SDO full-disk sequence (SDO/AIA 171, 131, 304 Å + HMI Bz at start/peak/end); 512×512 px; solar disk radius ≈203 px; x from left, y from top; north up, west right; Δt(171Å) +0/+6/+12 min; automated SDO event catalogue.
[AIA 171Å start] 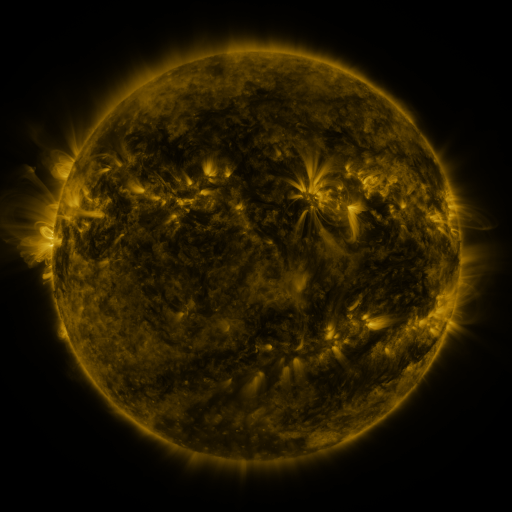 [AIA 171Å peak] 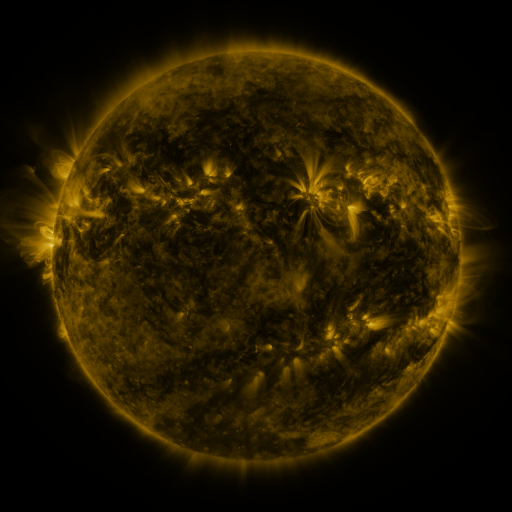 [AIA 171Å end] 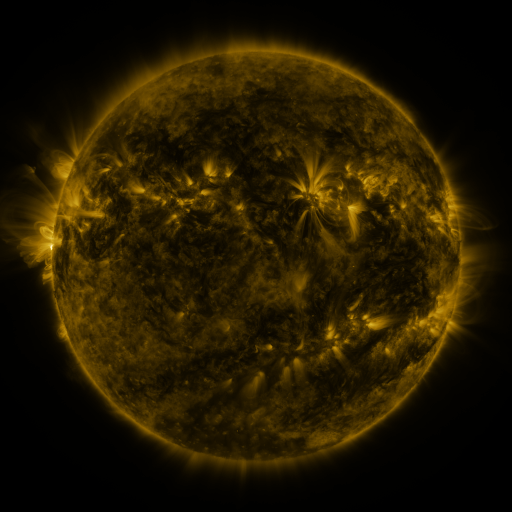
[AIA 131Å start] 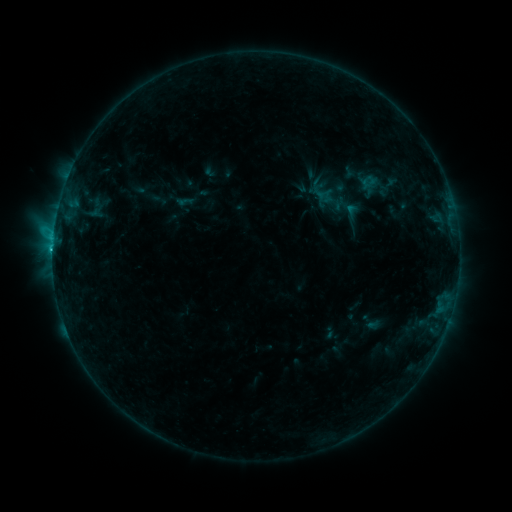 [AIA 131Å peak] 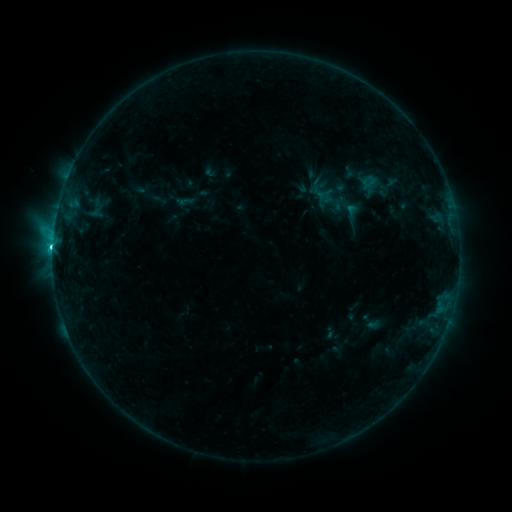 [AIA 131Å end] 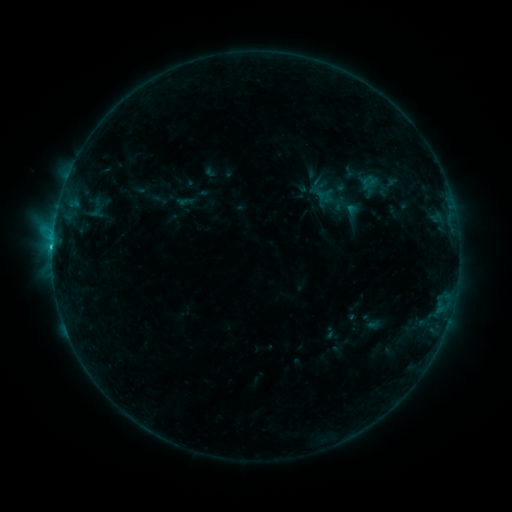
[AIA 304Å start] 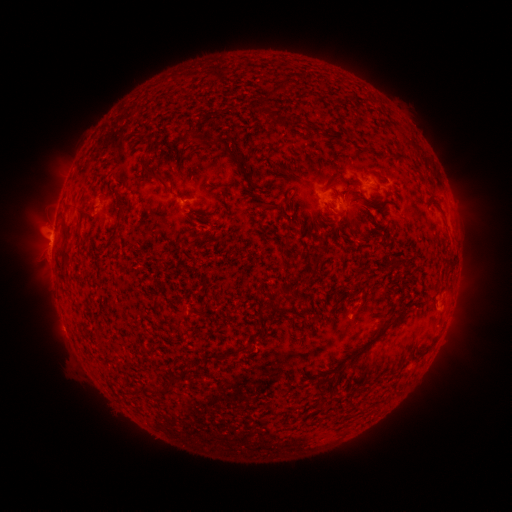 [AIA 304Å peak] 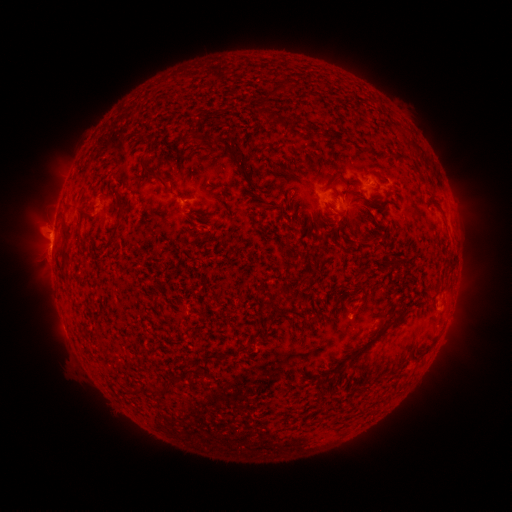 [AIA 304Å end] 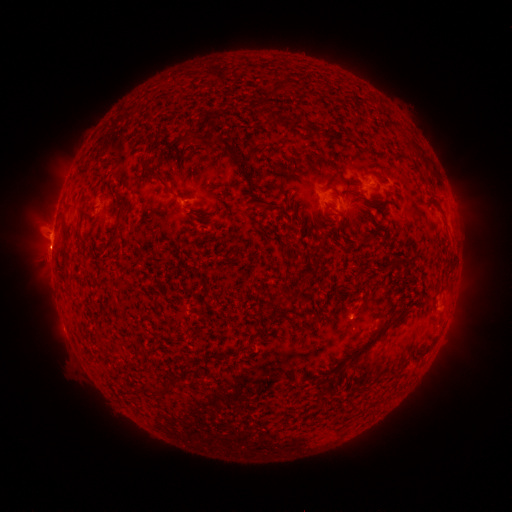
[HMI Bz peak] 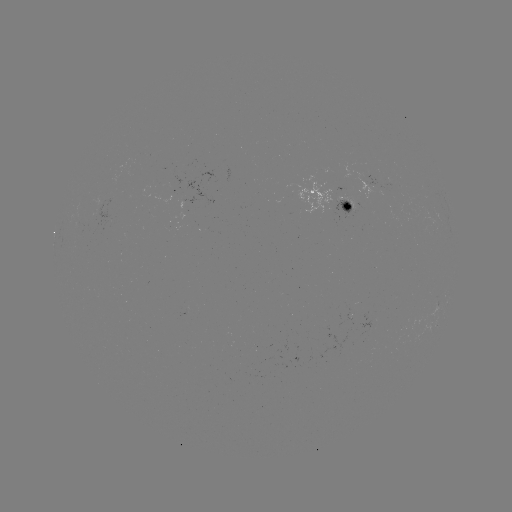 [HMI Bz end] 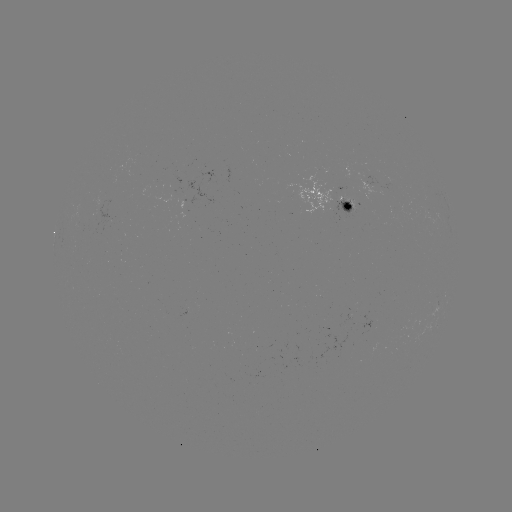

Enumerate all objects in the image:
C2.4 flare: (55, 251)
